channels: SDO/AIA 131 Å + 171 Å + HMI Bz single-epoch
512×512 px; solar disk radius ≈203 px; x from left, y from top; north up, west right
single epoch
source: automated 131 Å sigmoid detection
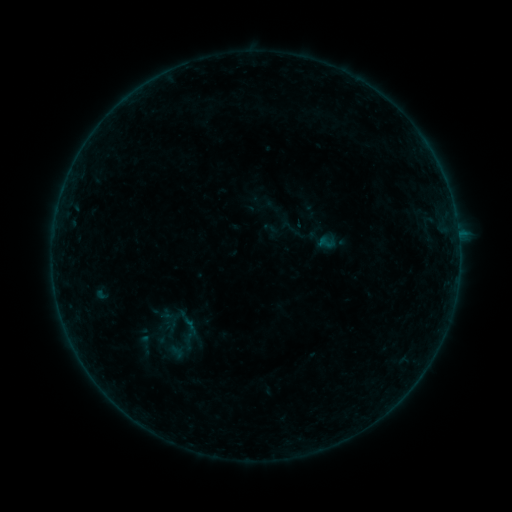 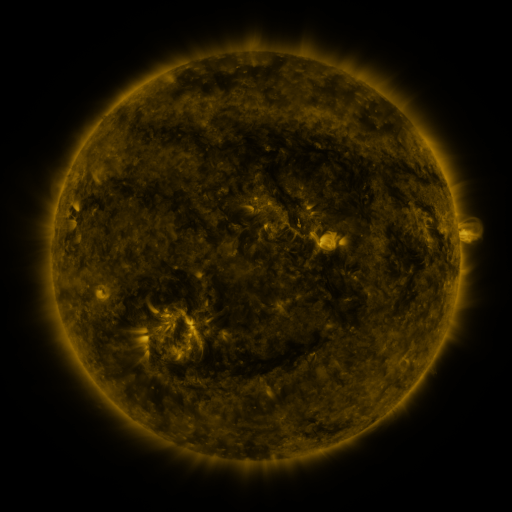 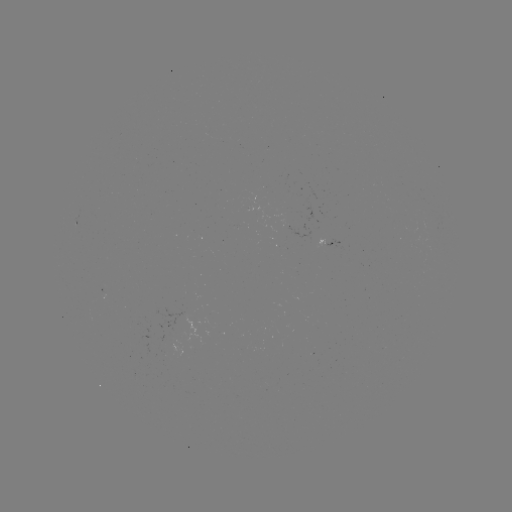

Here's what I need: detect sigmoid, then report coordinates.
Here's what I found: sigmoid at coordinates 288,226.